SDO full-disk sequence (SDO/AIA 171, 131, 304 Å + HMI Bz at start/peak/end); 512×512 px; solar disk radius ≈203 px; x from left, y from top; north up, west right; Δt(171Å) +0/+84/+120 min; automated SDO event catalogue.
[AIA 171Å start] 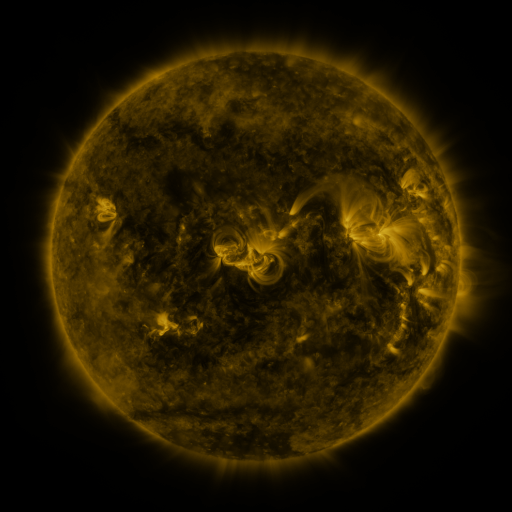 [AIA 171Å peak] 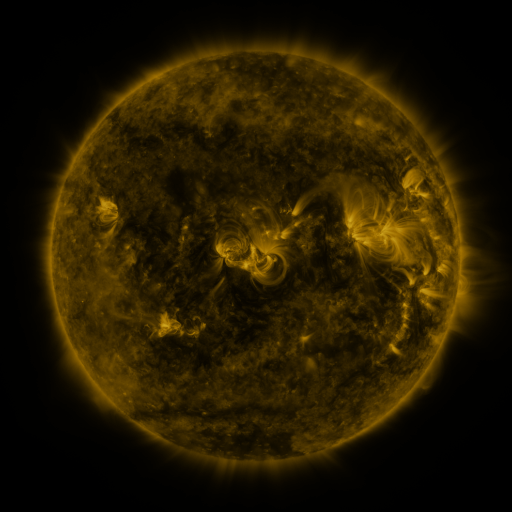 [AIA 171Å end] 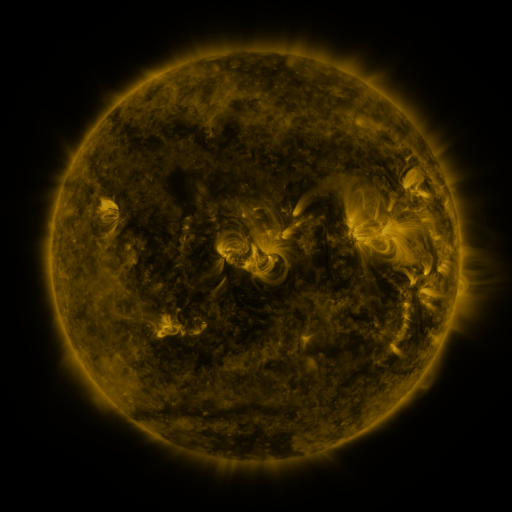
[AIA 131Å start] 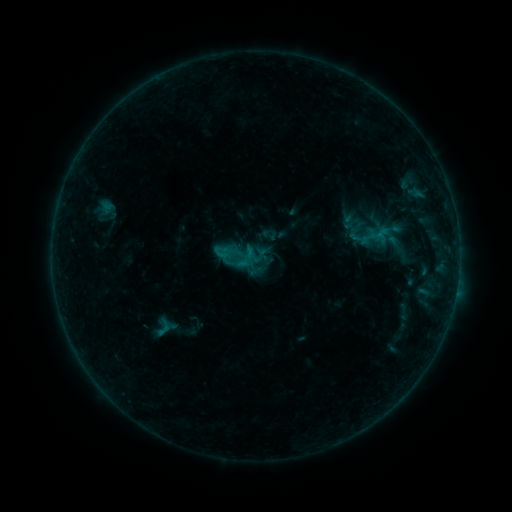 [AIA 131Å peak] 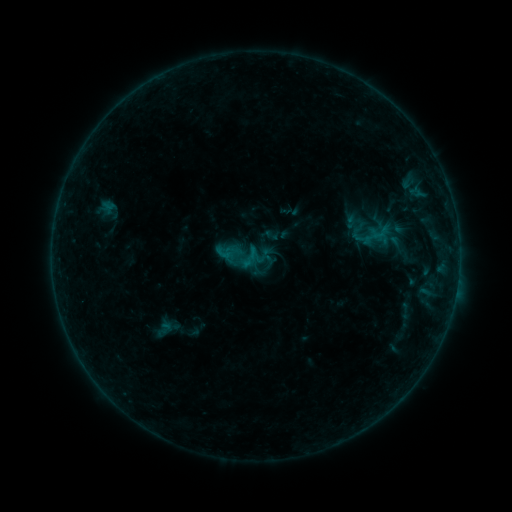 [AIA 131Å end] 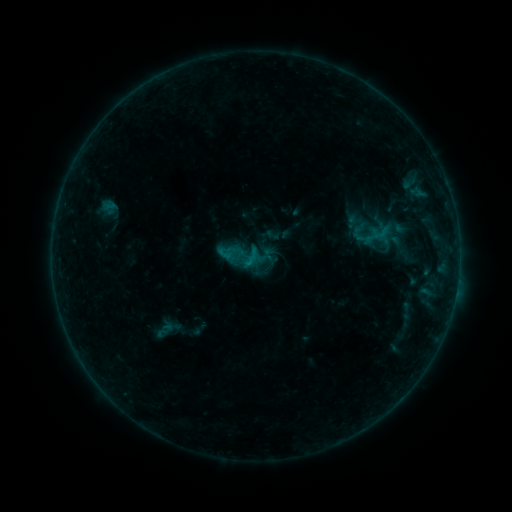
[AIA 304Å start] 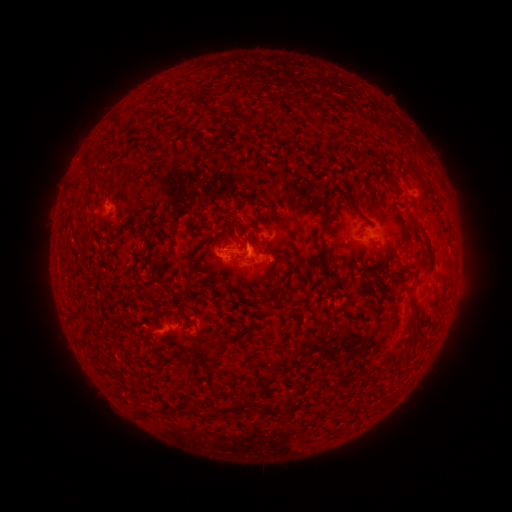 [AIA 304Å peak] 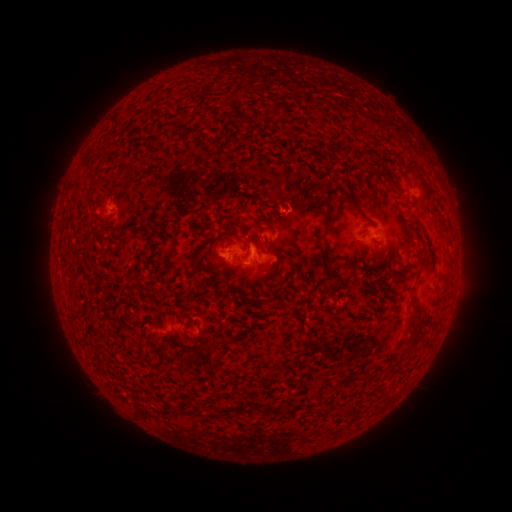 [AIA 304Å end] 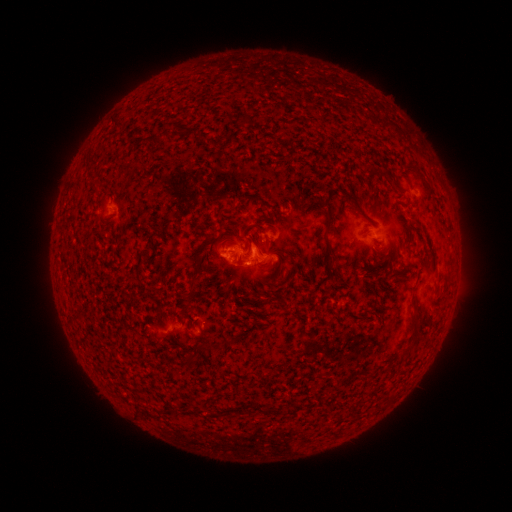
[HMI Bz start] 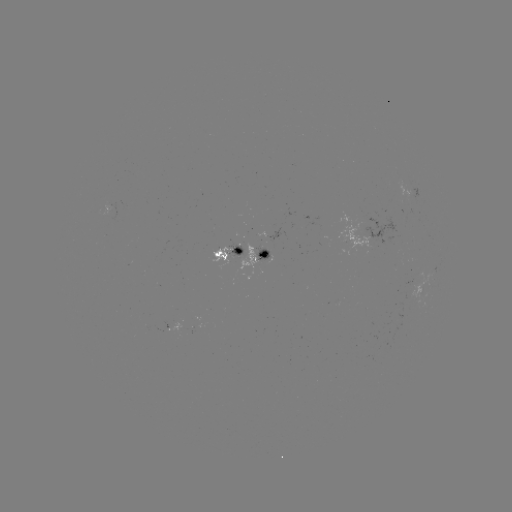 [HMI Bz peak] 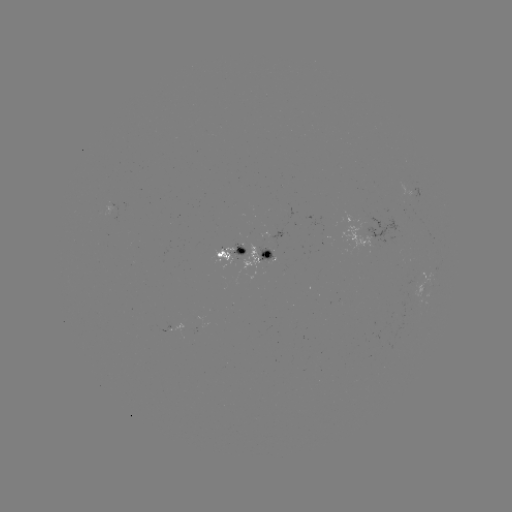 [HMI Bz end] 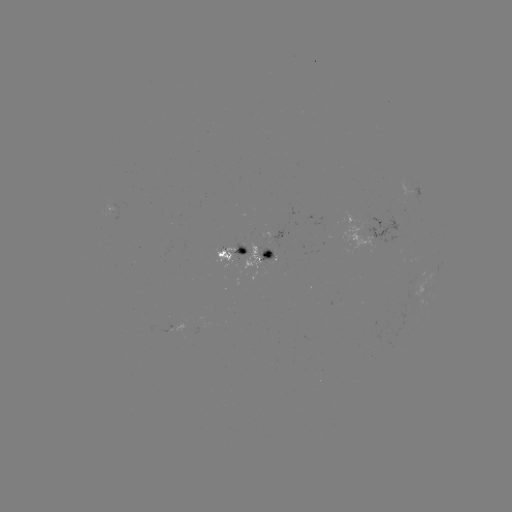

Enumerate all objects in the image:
emerging-flux region: (286, 210)
